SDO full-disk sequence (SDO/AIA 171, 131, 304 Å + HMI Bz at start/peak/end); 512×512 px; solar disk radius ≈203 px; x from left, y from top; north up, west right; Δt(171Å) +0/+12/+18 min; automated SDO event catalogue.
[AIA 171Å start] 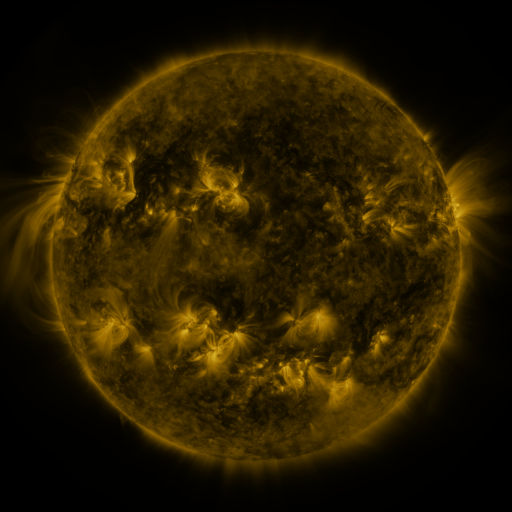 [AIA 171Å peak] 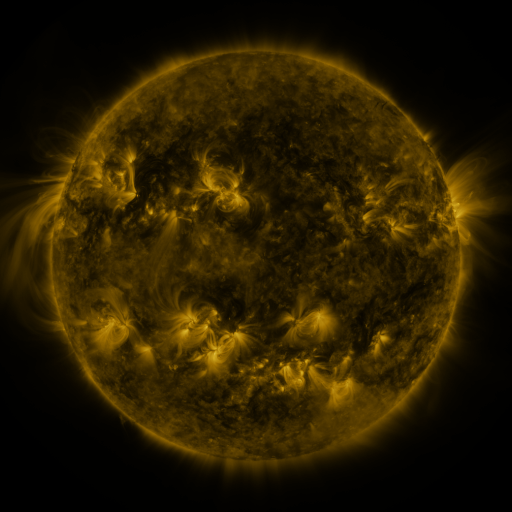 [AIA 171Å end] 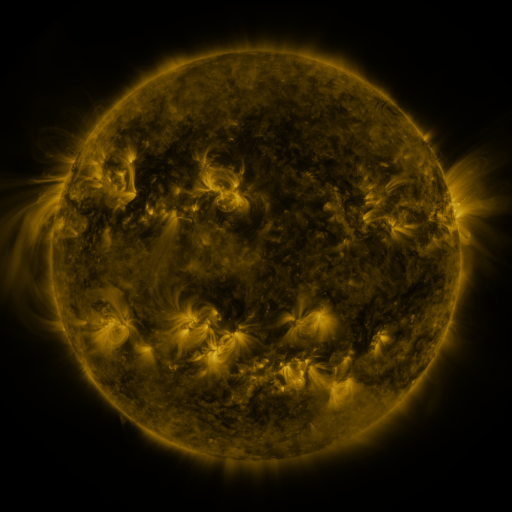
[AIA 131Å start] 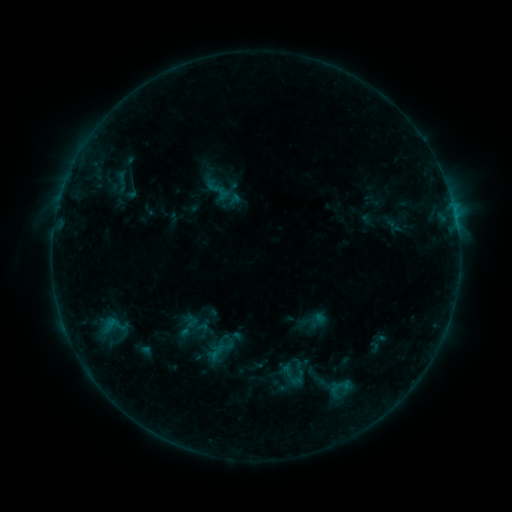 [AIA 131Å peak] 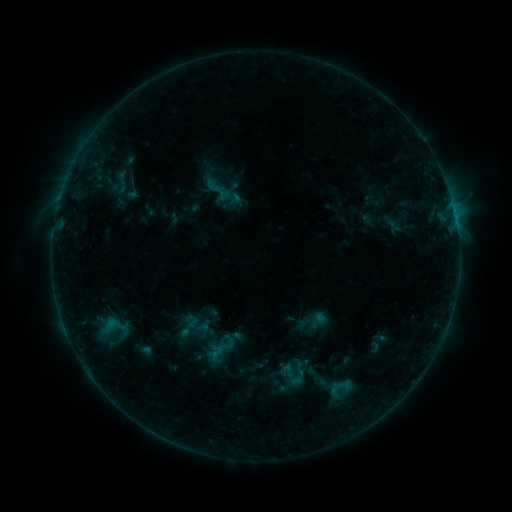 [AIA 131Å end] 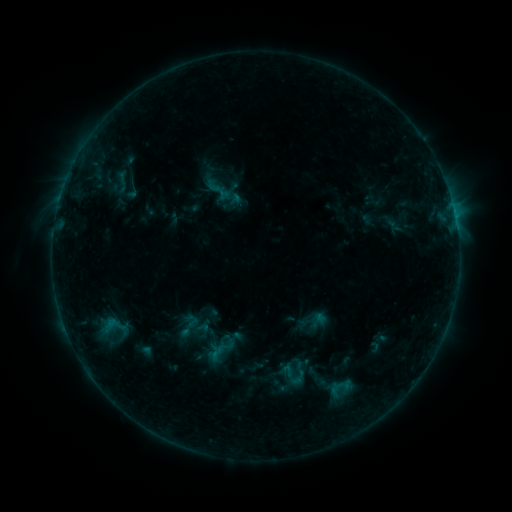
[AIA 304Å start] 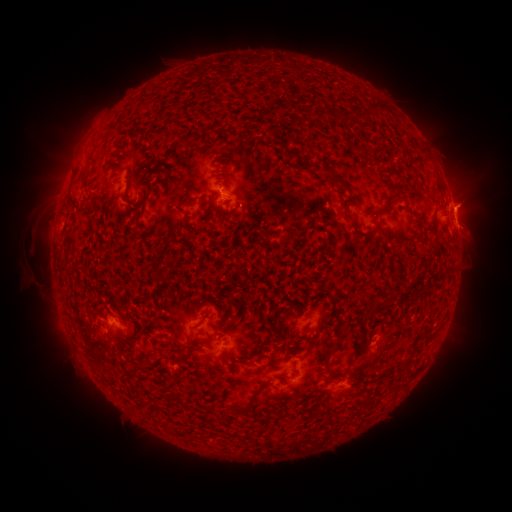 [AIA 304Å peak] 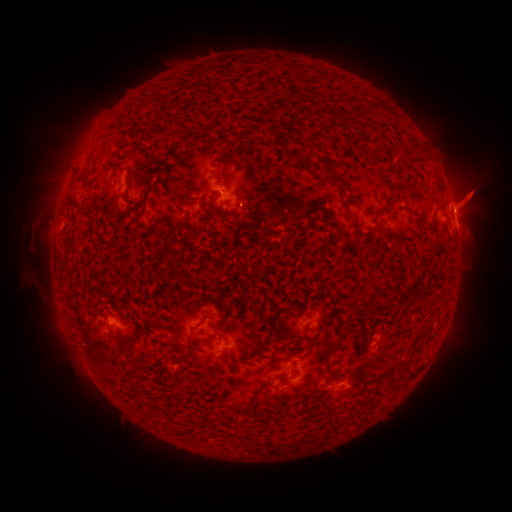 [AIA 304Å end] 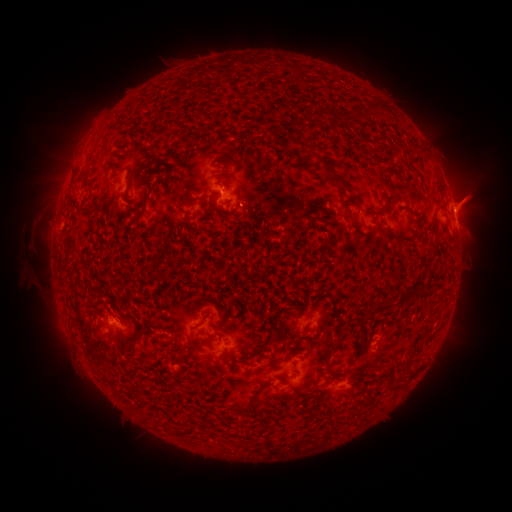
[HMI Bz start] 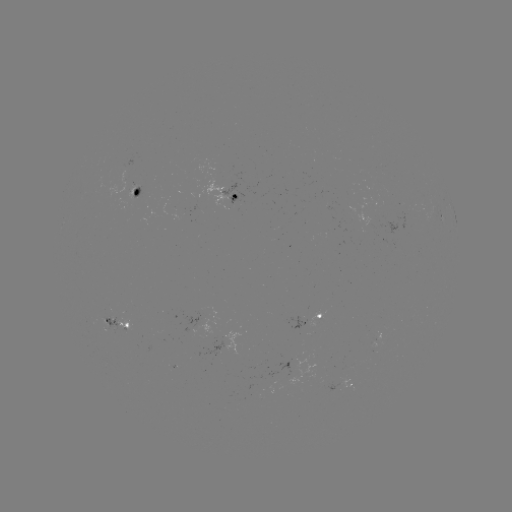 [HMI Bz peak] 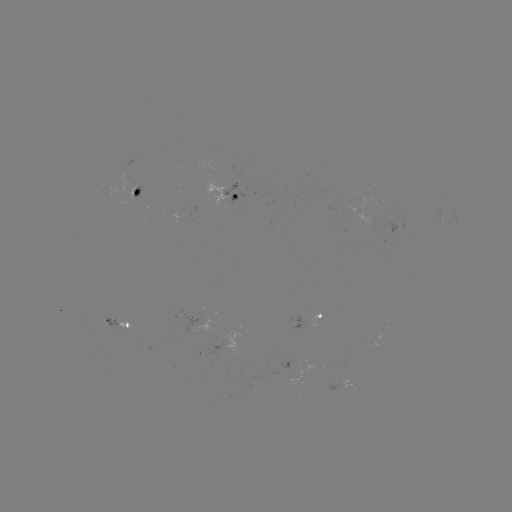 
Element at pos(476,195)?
eruption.